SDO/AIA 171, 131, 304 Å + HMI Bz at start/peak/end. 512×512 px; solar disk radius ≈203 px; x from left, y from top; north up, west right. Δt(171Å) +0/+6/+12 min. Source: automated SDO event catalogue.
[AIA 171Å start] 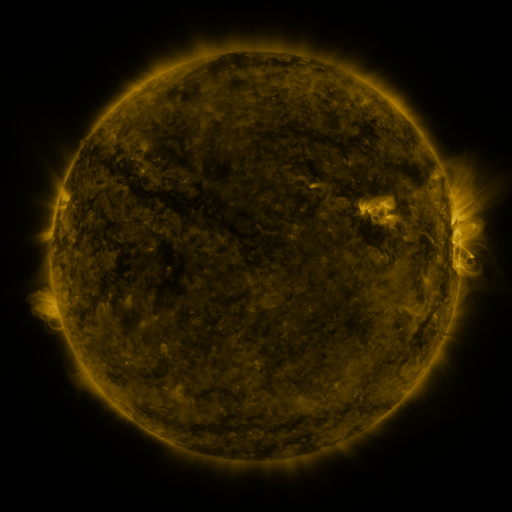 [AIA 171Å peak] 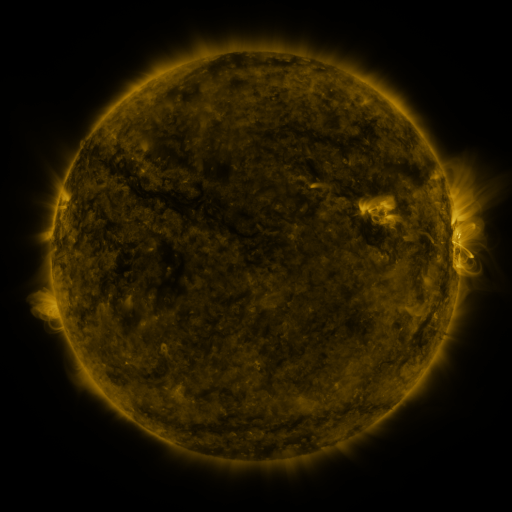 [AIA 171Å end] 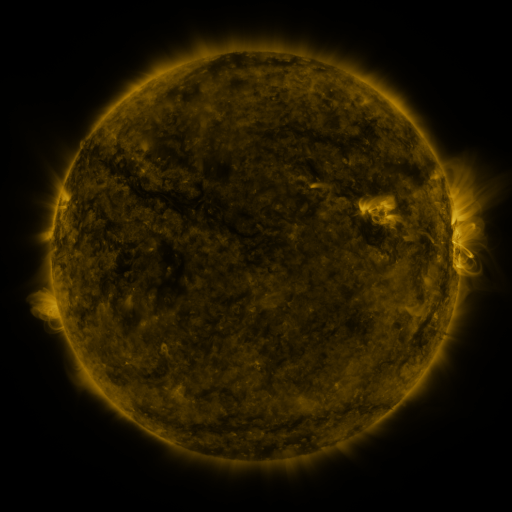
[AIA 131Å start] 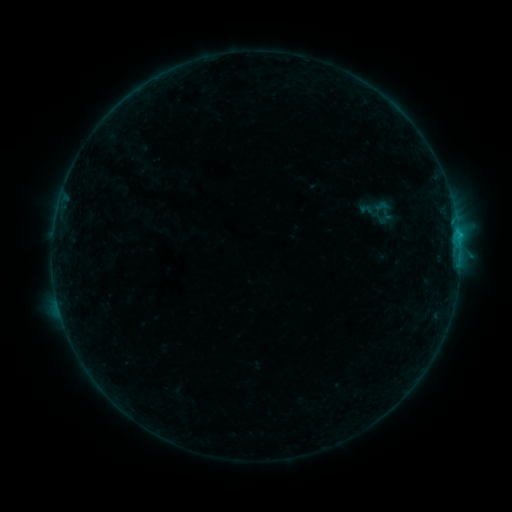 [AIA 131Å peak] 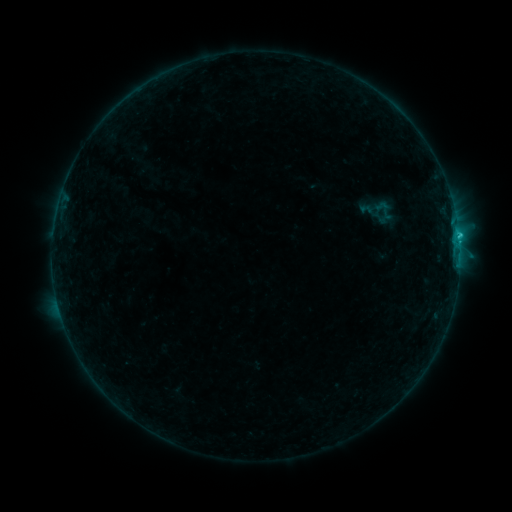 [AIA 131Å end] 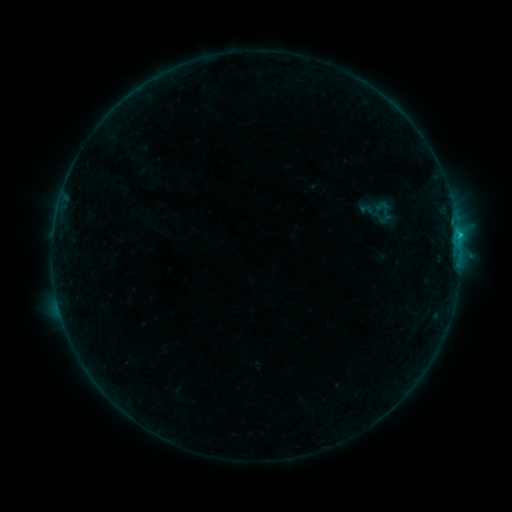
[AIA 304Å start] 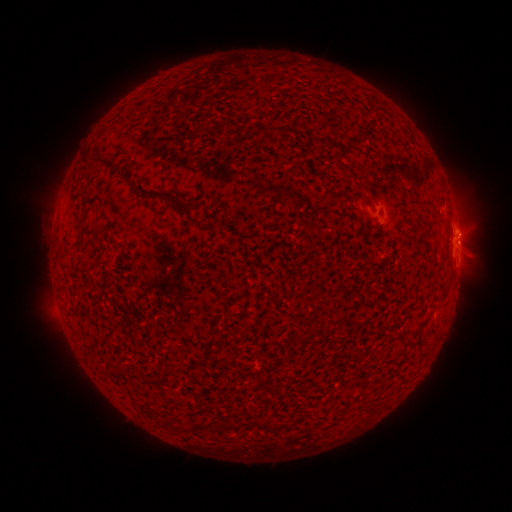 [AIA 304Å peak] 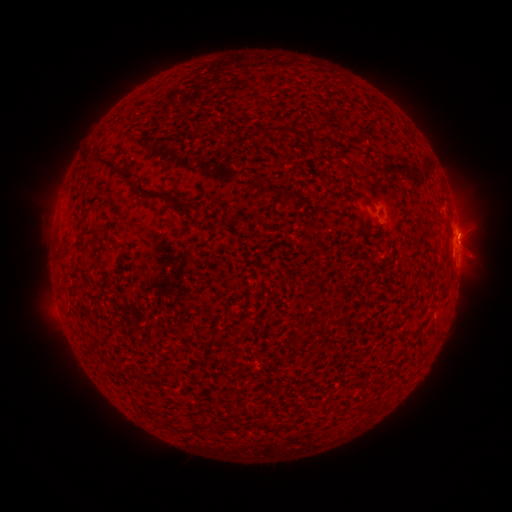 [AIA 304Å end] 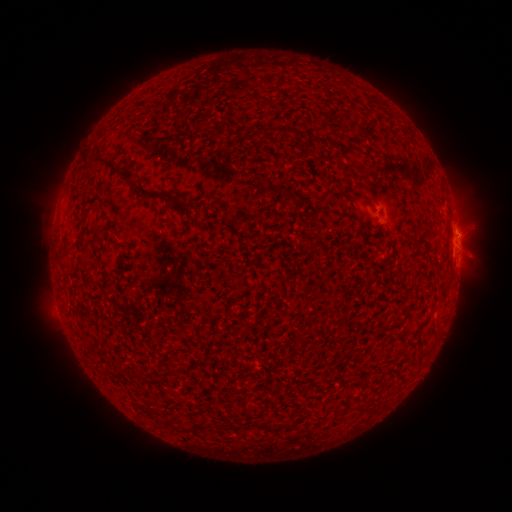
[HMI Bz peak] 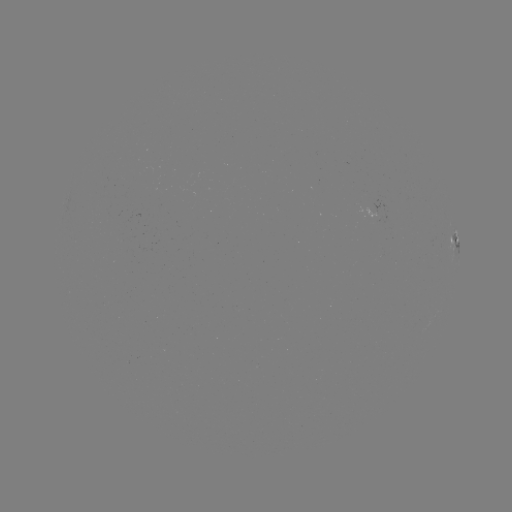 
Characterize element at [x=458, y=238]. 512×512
C1.2 flare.